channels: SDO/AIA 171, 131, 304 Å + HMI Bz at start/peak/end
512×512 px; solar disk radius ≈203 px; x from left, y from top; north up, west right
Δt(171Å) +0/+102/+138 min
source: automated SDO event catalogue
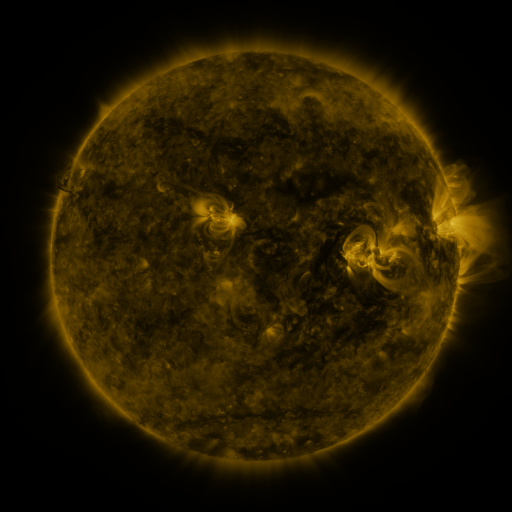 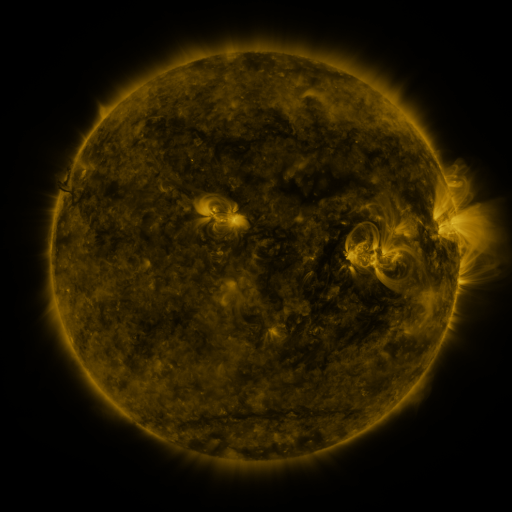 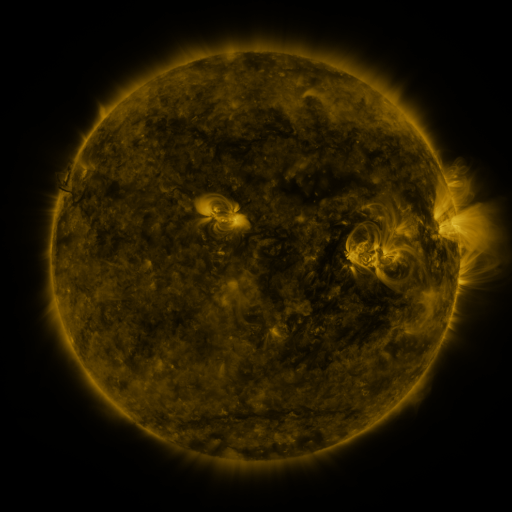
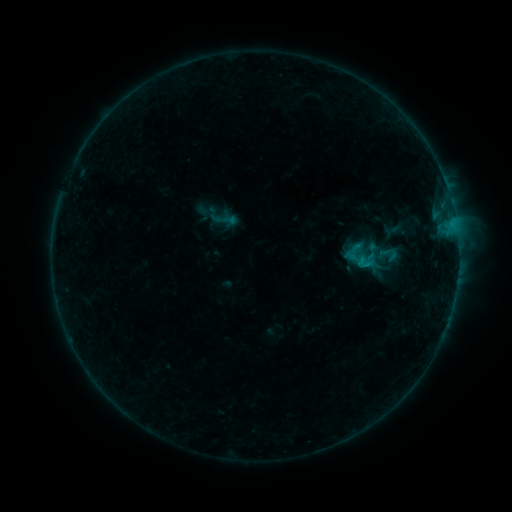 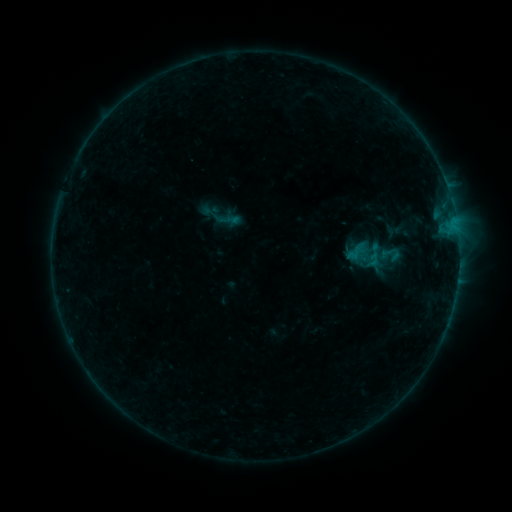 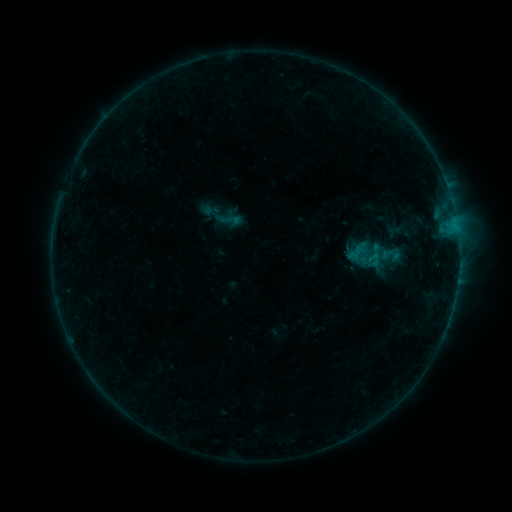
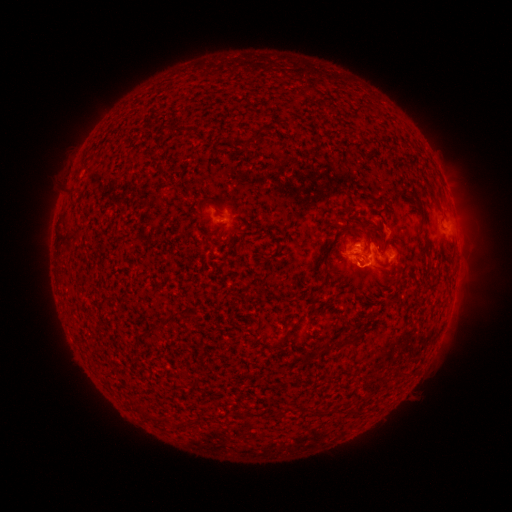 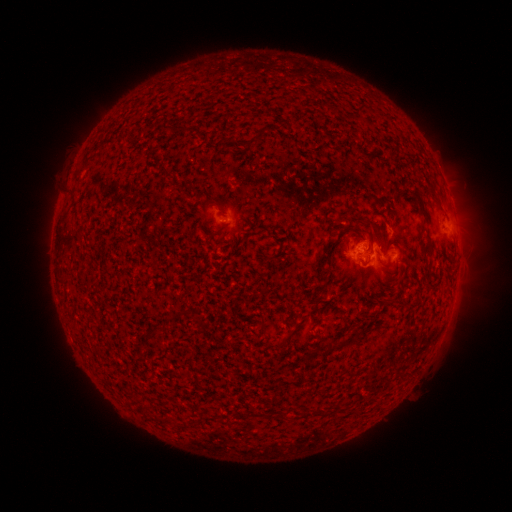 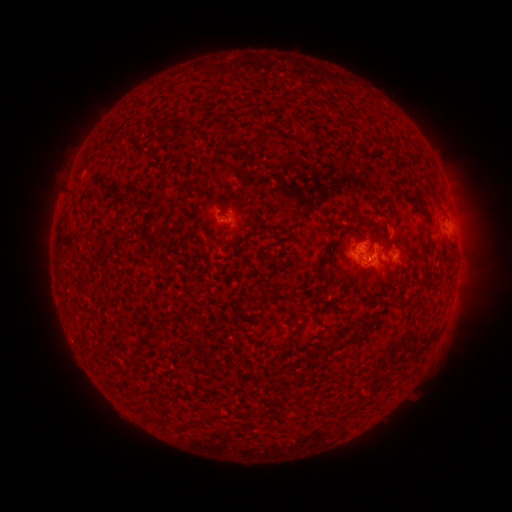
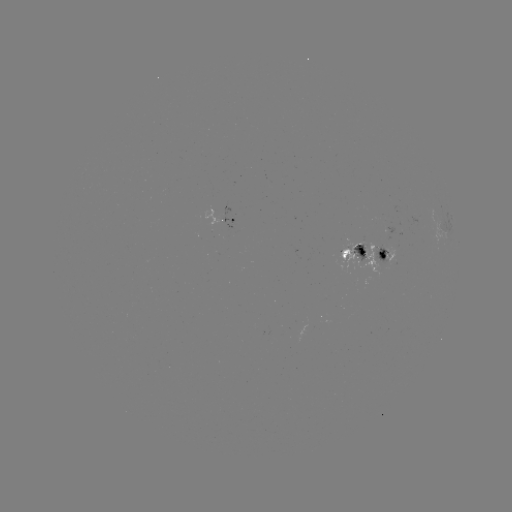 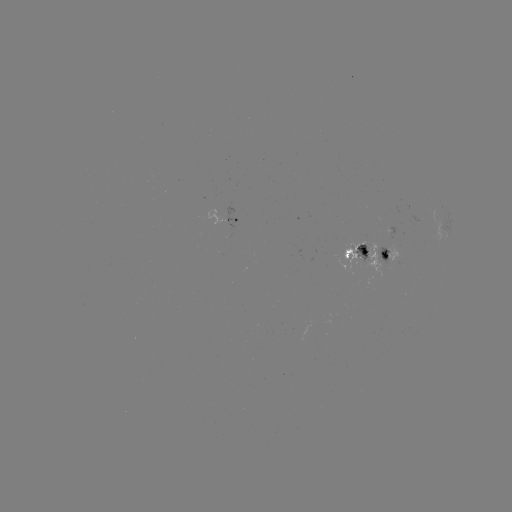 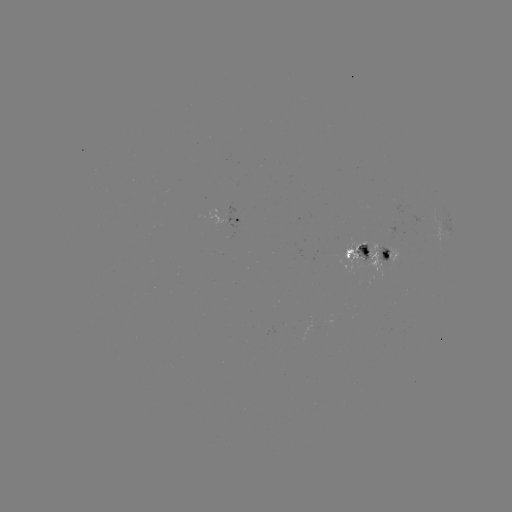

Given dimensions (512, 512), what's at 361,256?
emerging-flux region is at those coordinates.